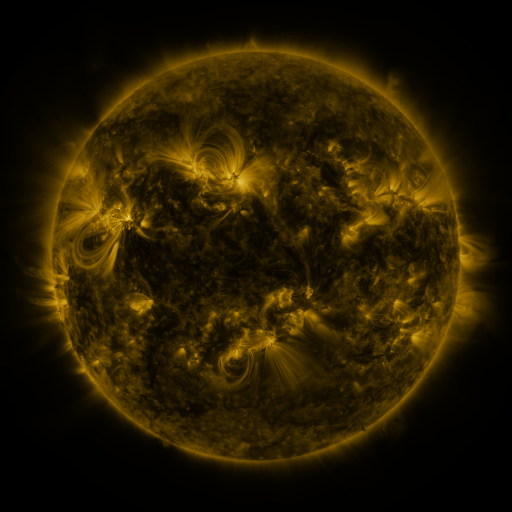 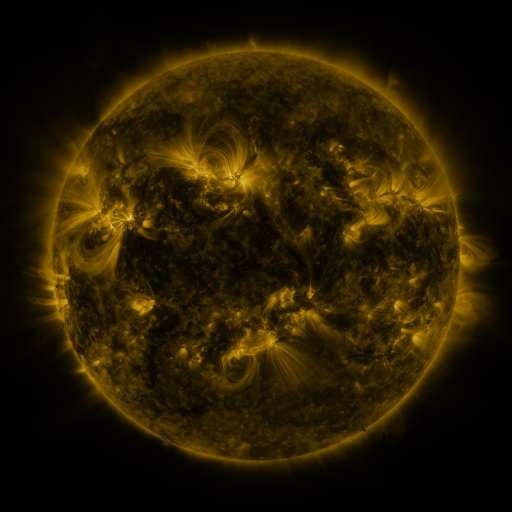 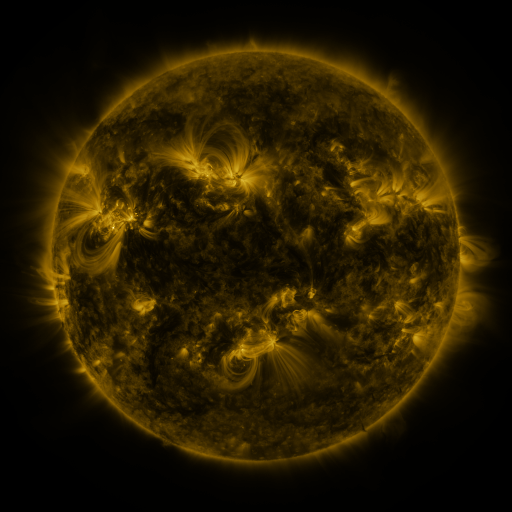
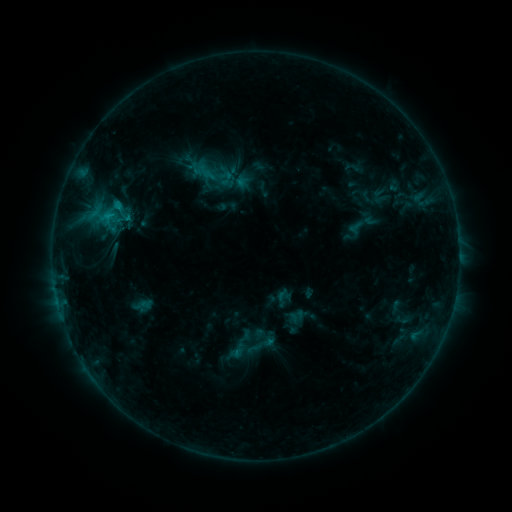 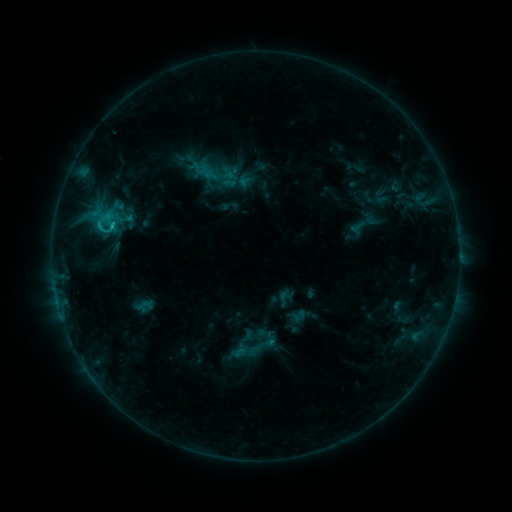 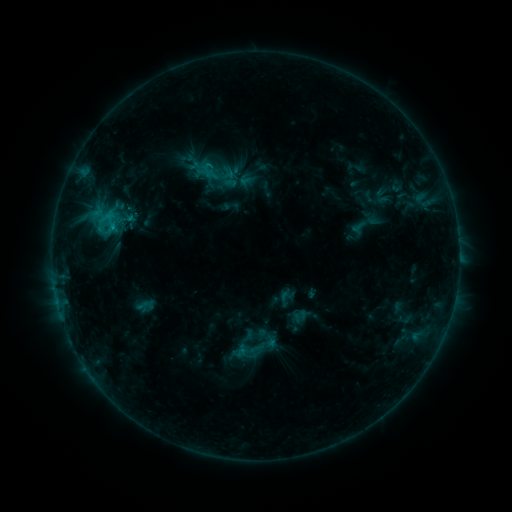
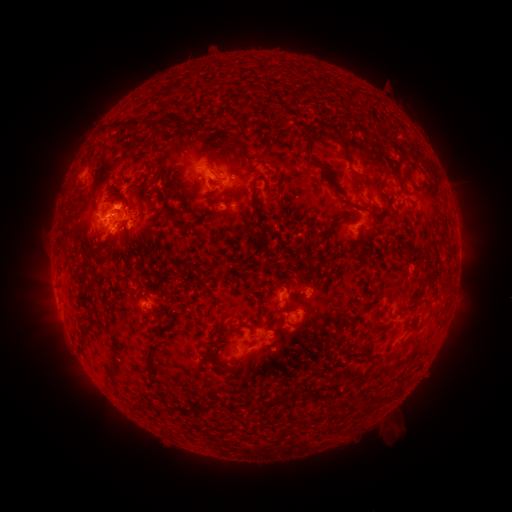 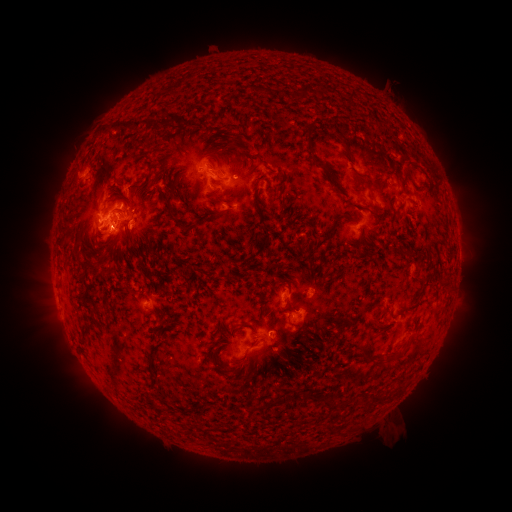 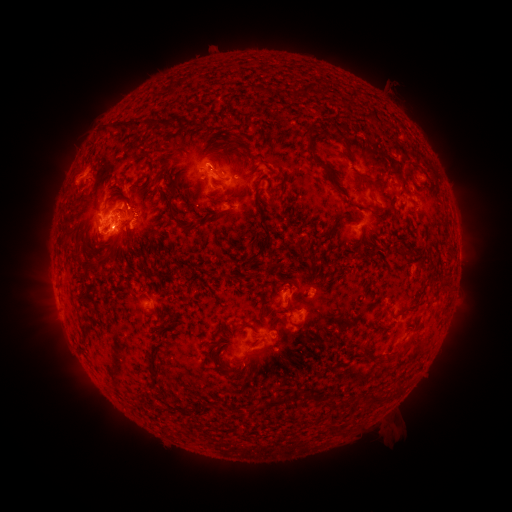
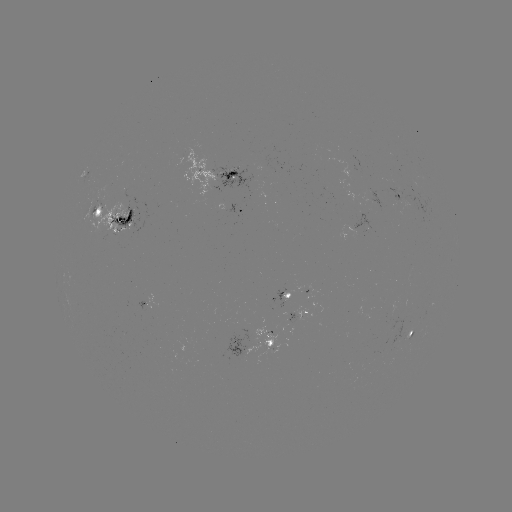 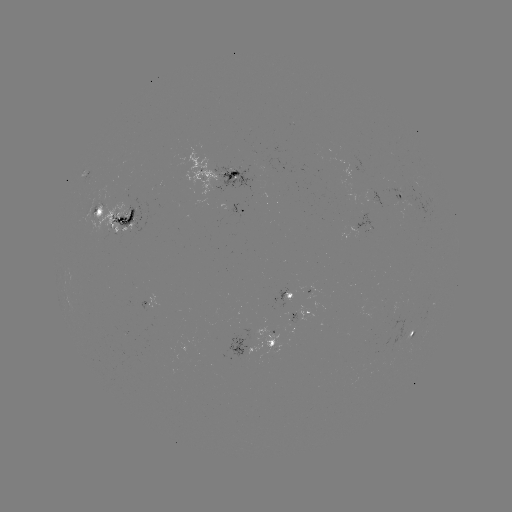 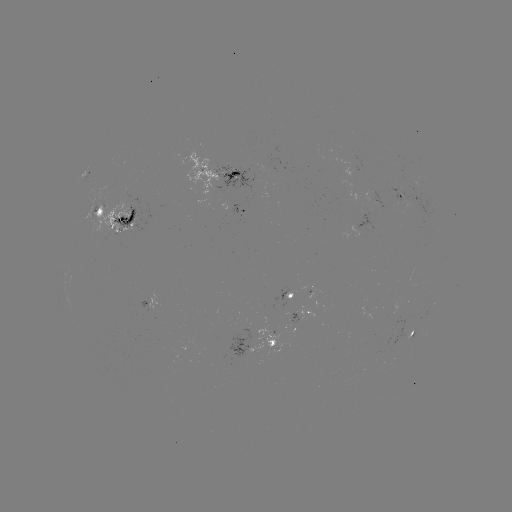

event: emerging-flux region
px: (362, 218)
